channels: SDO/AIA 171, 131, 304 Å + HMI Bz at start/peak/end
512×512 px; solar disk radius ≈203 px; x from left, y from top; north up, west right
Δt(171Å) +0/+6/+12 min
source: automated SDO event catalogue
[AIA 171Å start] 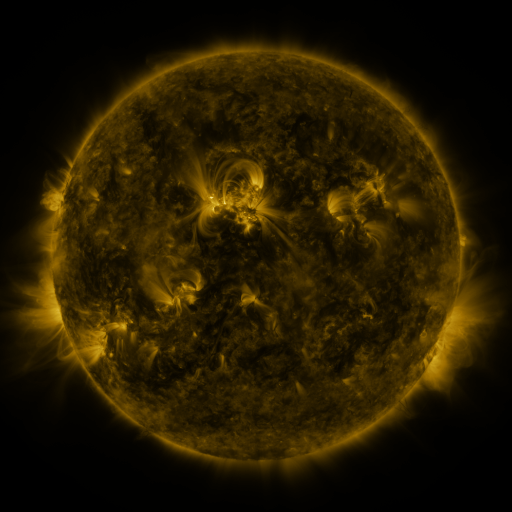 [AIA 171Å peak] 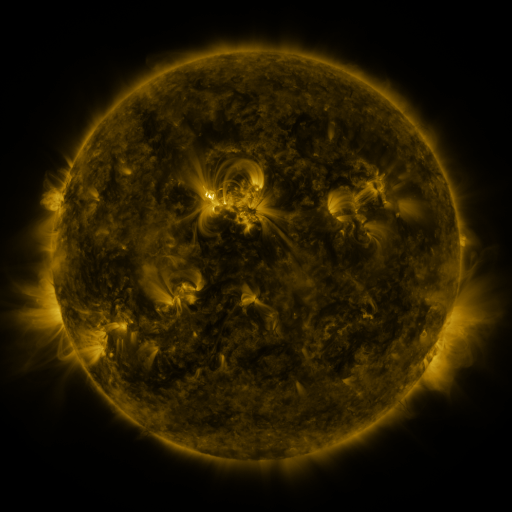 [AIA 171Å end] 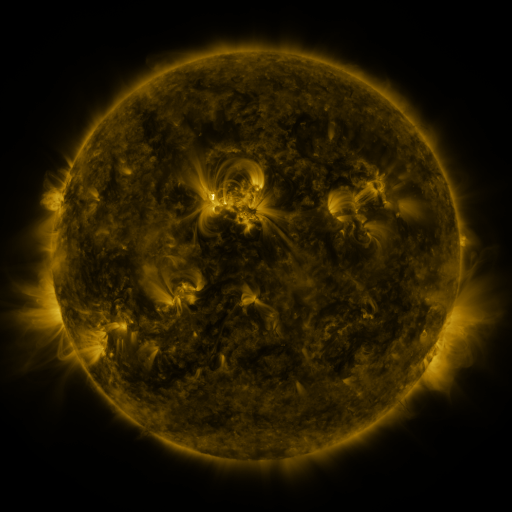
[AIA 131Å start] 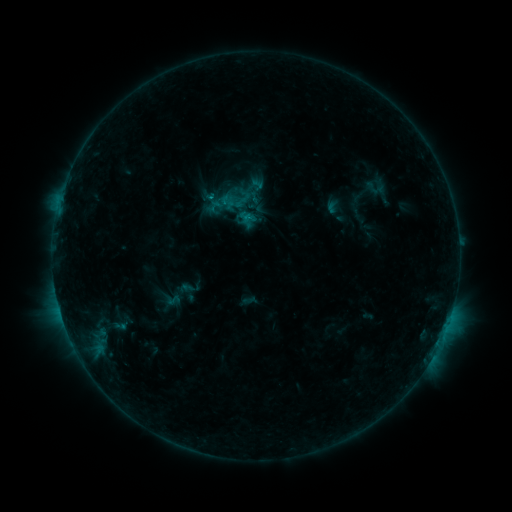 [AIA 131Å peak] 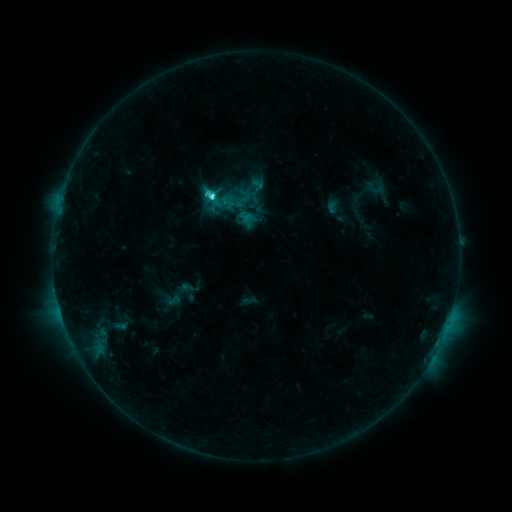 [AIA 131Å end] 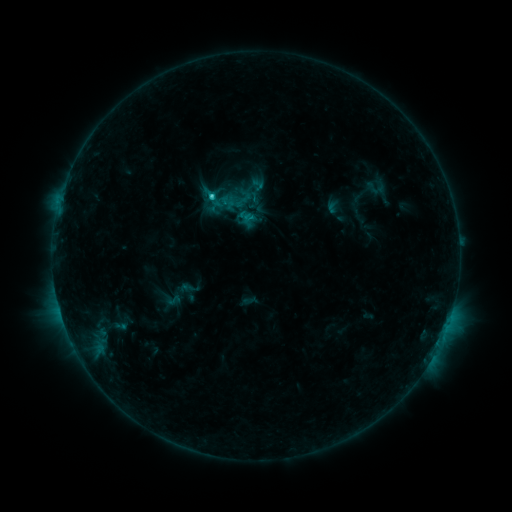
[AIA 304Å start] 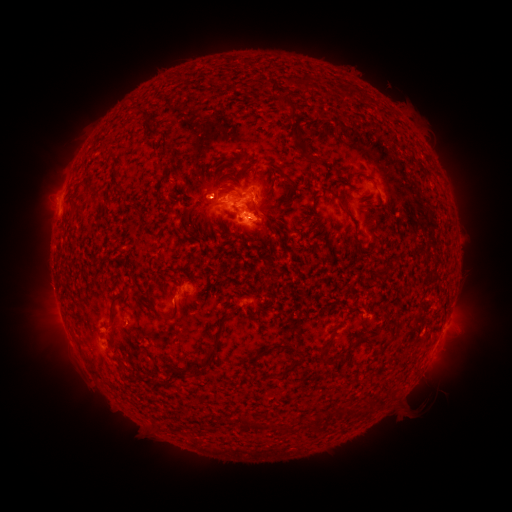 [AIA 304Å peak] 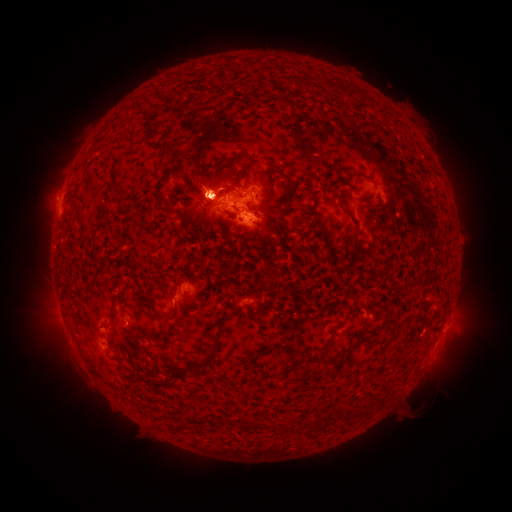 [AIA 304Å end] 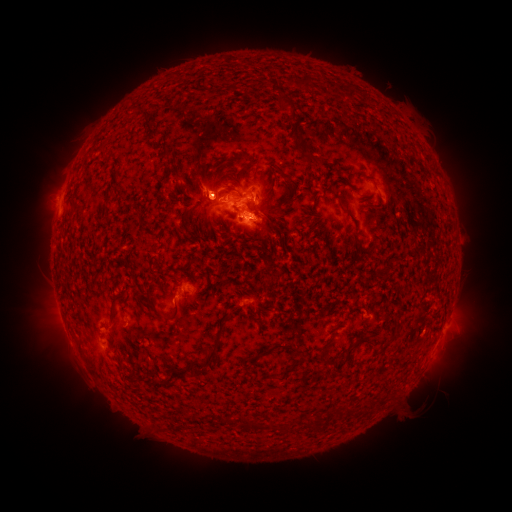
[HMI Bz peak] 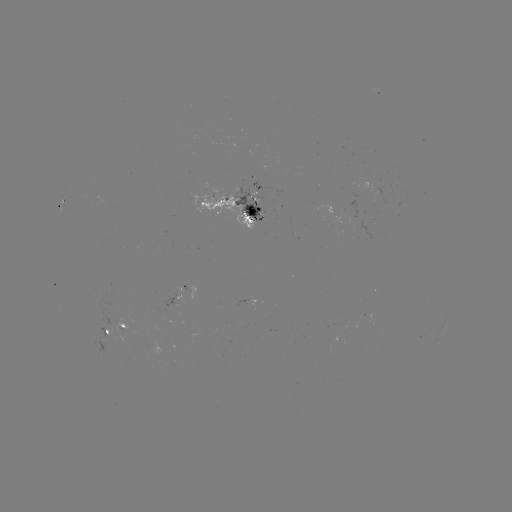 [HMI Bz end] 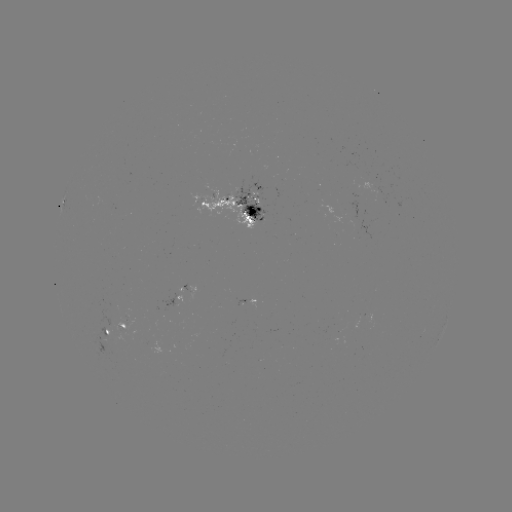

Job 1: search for C3.1 flare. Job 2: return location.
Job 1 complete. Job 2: [214, 196].